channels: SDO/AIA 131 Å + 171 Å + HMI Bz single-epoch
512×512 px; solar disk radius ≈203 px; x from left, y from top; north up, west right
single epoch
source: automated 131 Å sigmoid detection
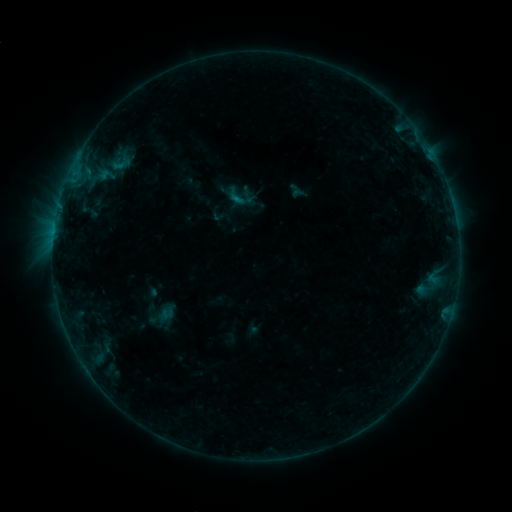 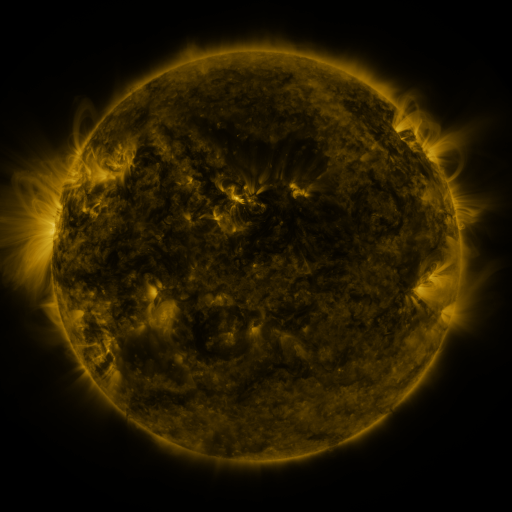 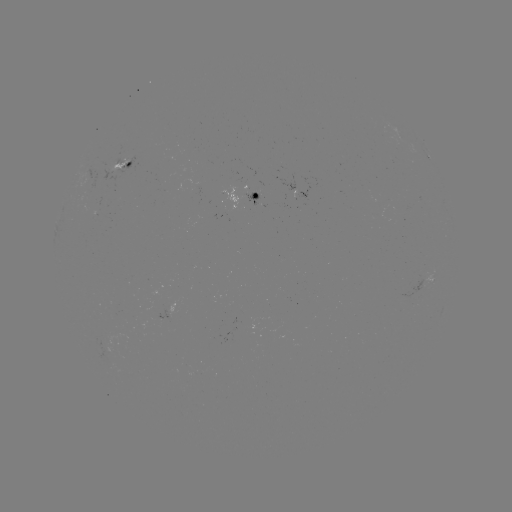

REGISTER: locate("sigmoid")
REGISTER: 121,164